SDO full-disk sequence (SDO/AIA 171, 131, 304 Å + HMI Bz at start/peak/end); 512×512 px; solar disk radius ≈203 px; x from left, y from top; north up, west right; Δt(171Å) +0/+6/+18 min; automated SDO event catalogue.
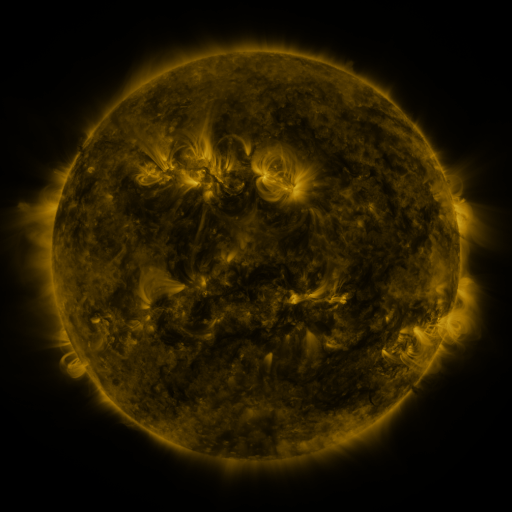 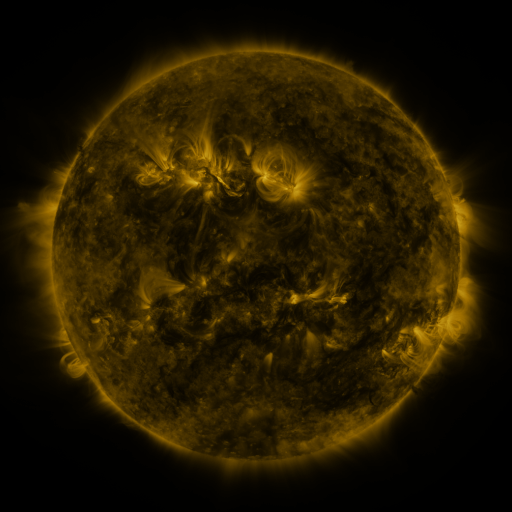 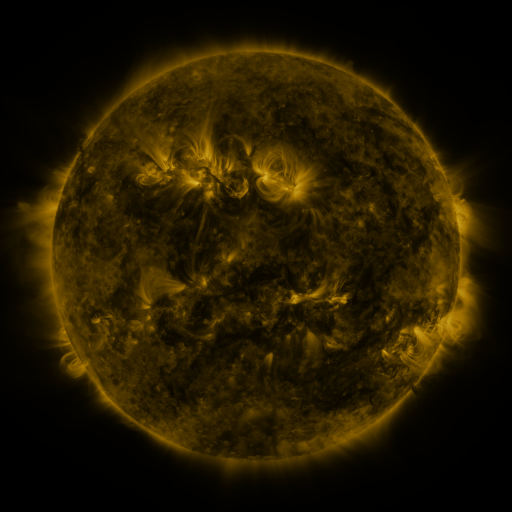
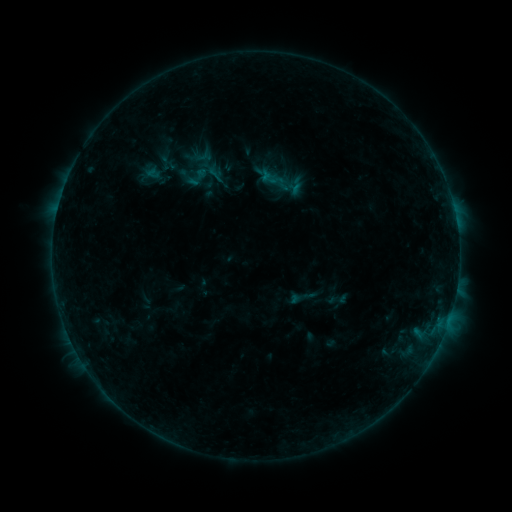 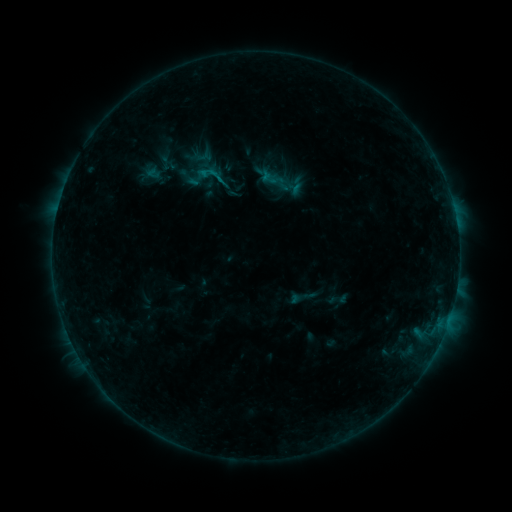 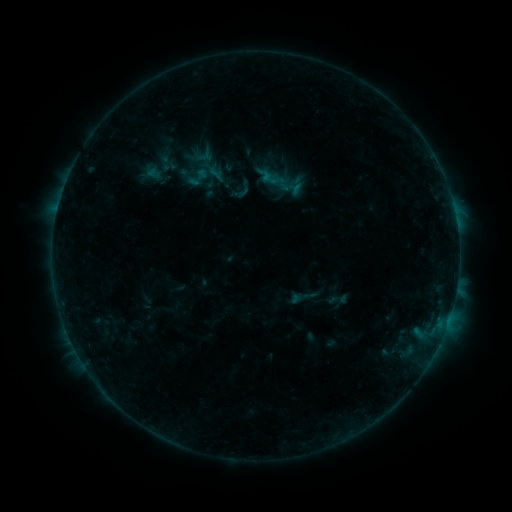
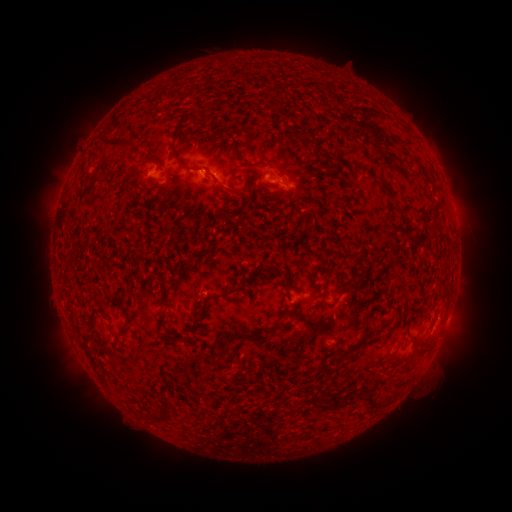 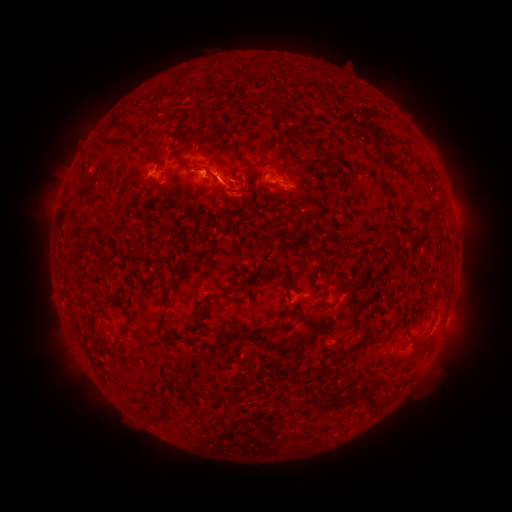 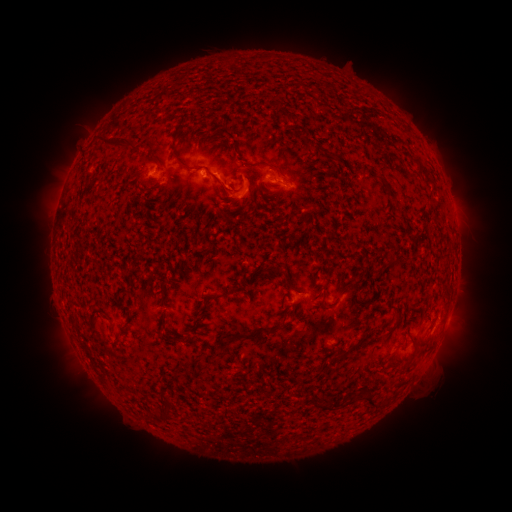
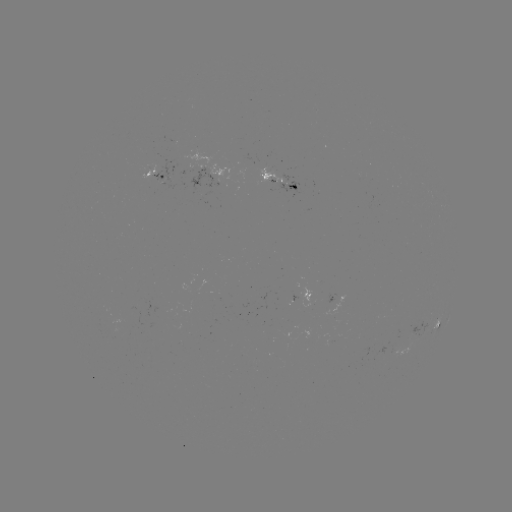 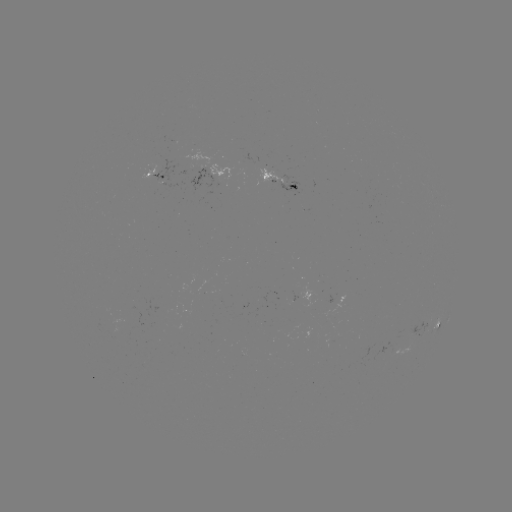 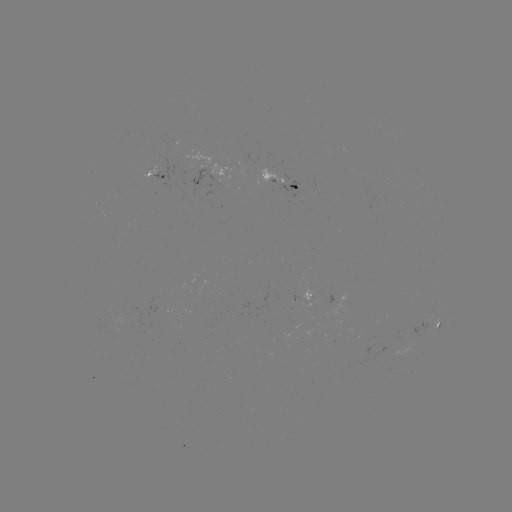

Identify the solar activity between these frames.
eruption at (228, 191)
